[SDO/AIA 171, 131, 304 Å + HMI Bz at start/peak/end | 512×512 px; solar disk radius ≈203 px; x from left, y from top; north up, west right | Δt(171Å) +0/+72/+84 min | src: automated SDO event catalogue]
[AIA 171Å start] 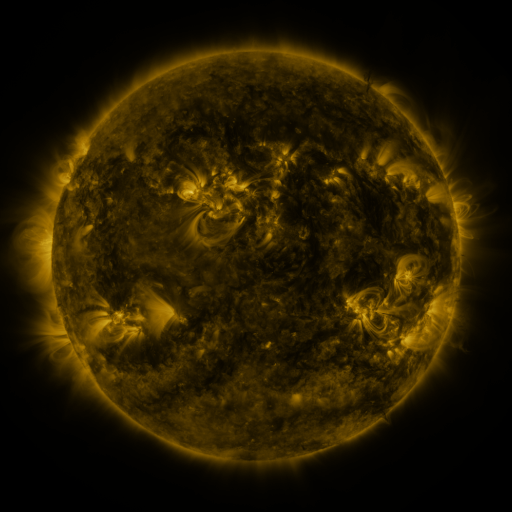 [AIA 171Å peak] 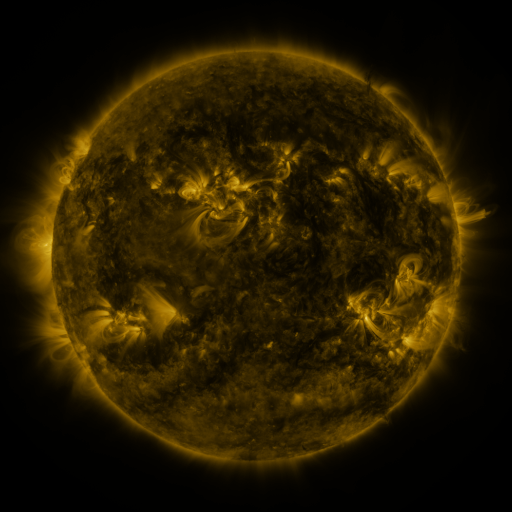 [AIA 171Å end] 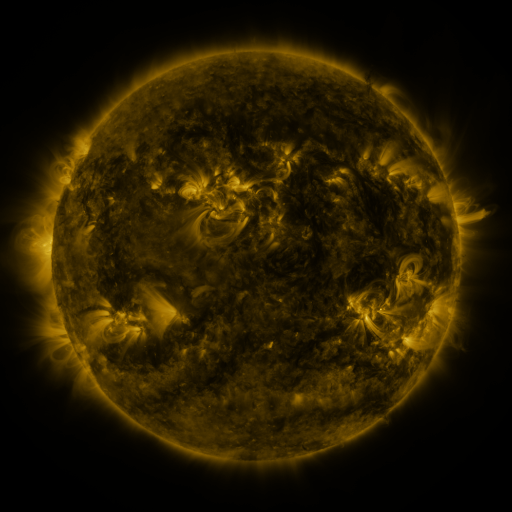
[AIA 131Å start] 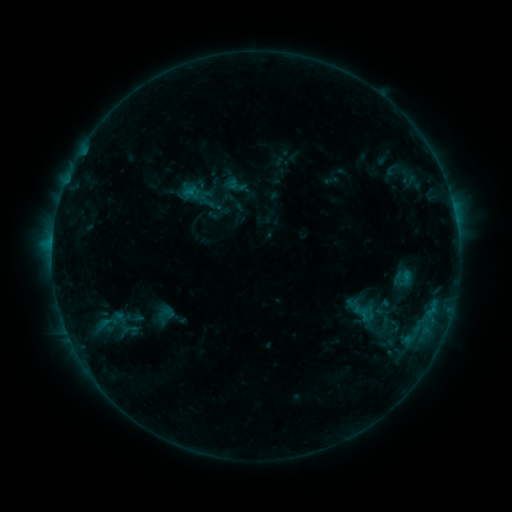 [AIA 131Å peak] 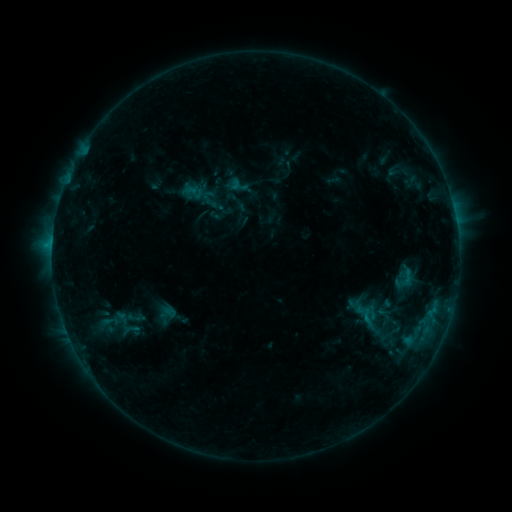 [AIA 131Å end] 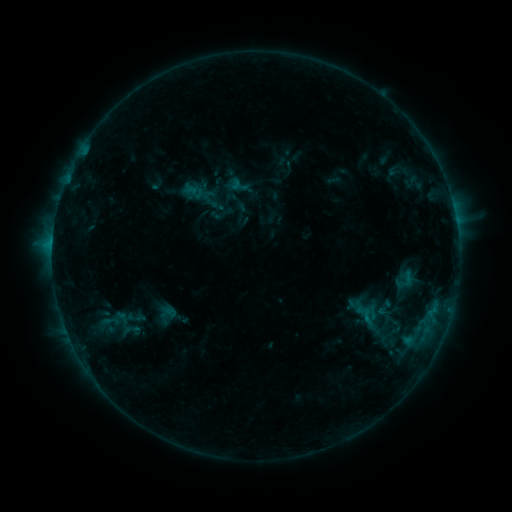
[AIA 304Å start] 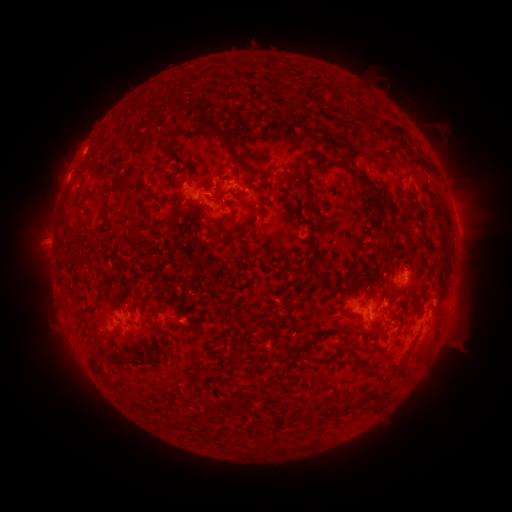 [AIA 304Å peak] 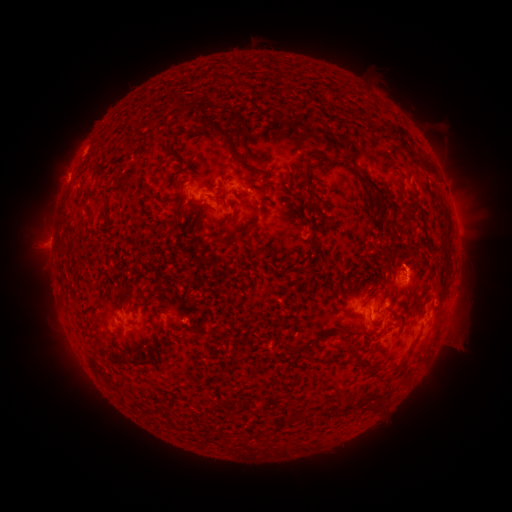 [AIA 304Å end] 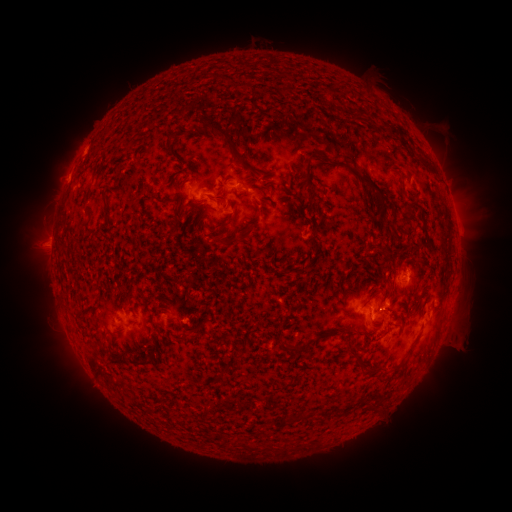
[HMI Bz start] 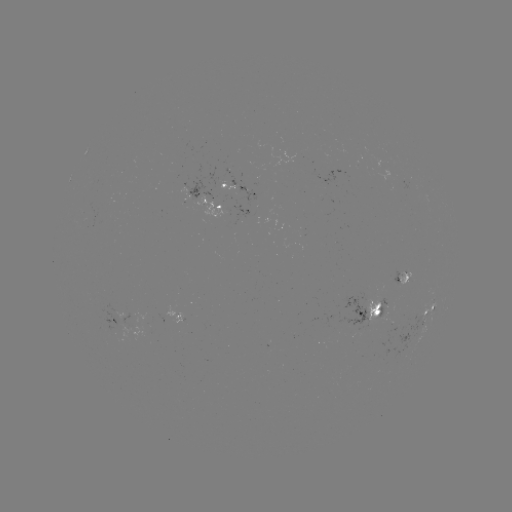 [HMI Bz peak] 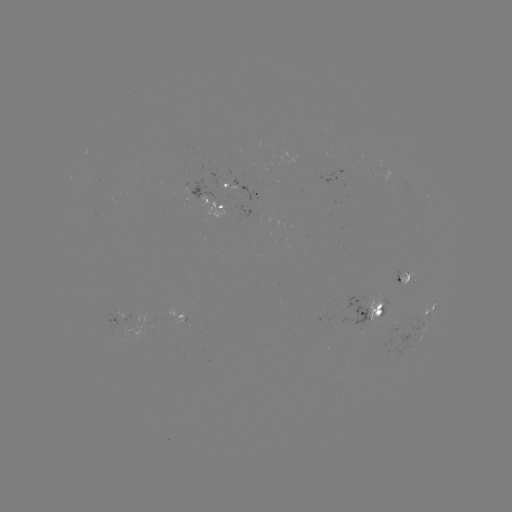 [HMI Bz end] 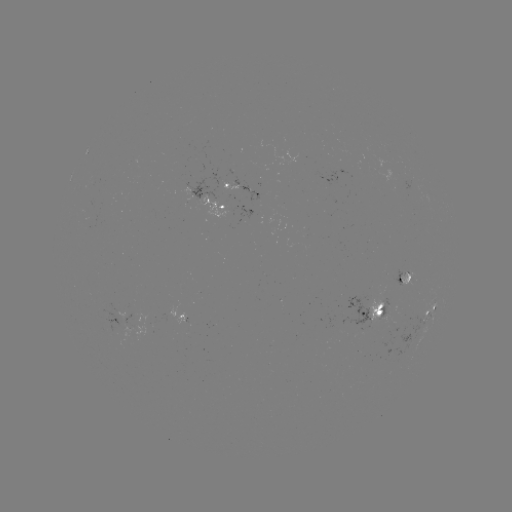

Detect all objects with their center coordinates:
emerging-flux region: (406, 275)
